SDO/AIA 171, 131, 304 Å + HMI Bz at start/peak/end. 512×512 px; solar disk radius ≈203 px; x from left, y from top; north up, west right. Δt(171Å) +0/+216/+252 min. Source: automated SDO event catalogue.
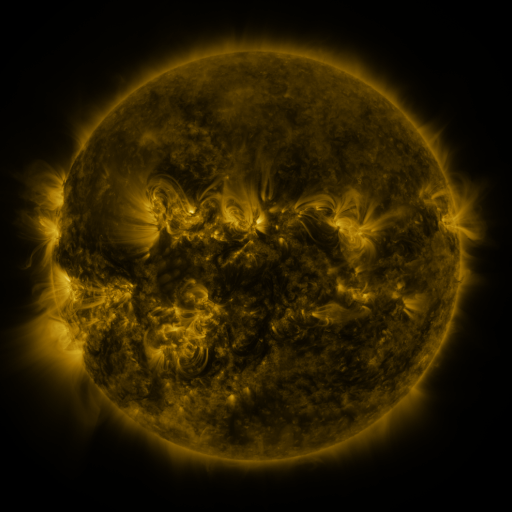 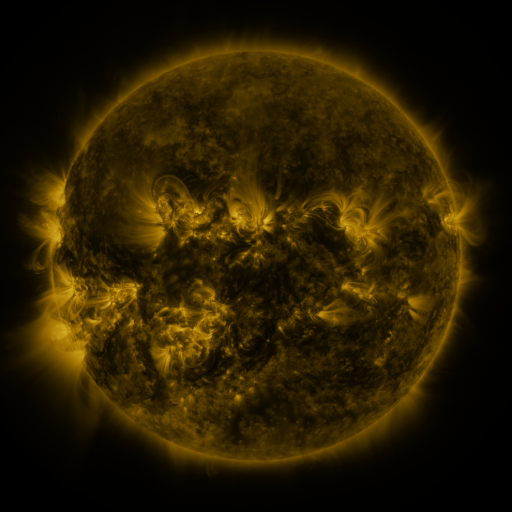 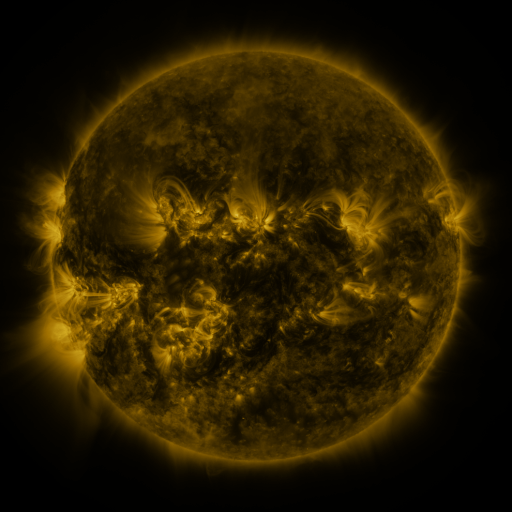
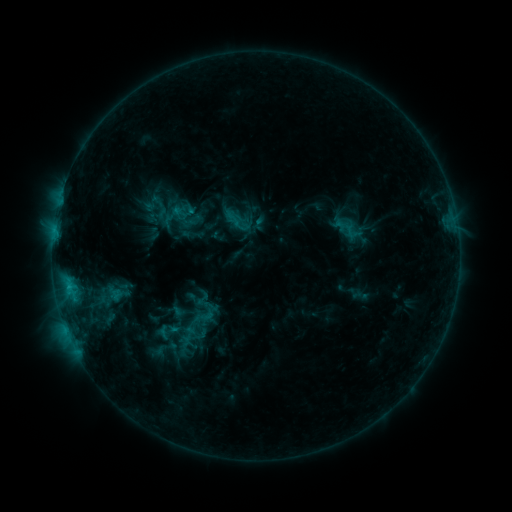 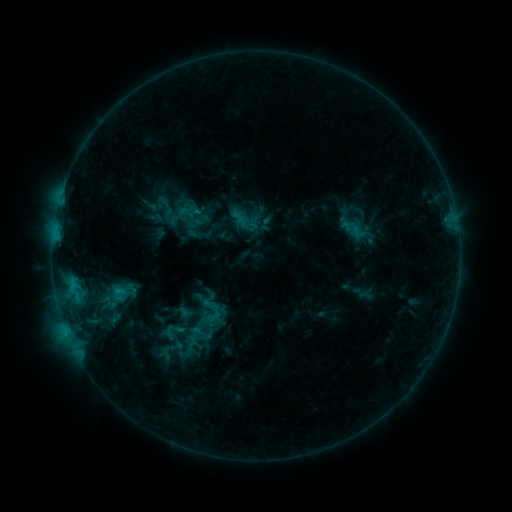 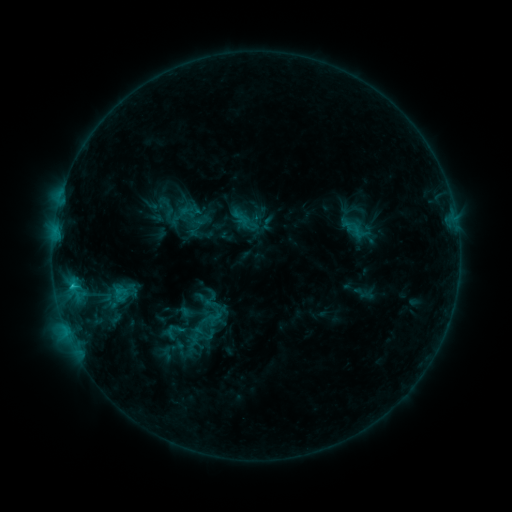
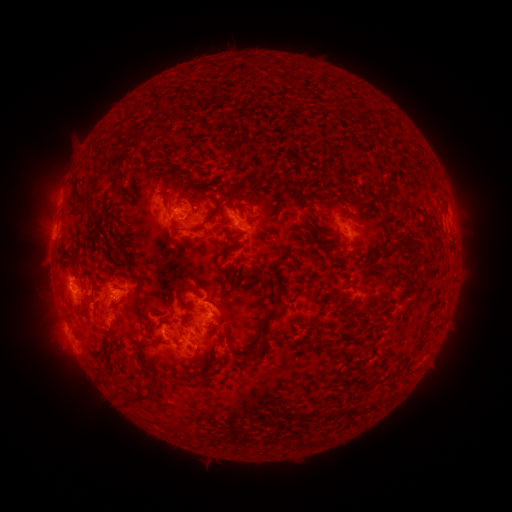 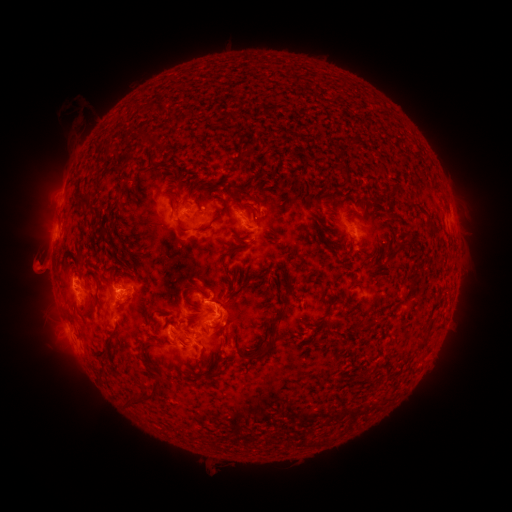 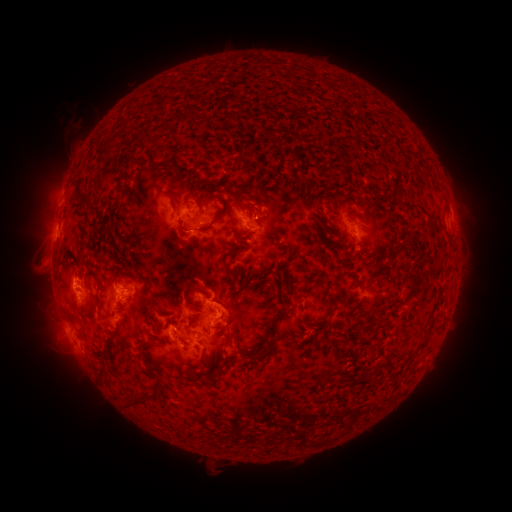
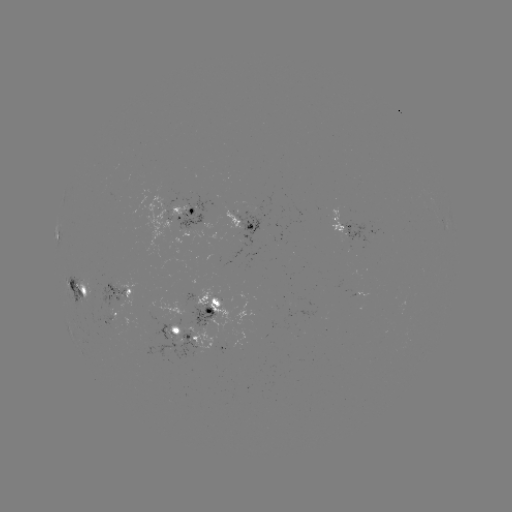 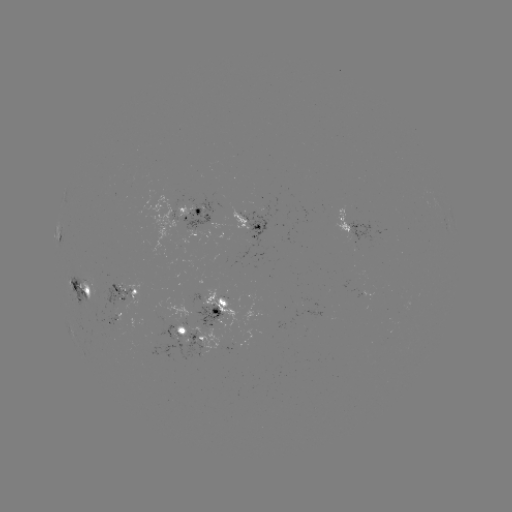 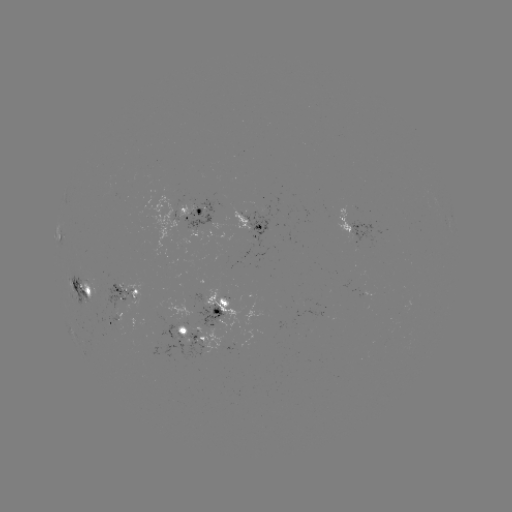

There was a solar emerging-flux region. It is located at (118, 289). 